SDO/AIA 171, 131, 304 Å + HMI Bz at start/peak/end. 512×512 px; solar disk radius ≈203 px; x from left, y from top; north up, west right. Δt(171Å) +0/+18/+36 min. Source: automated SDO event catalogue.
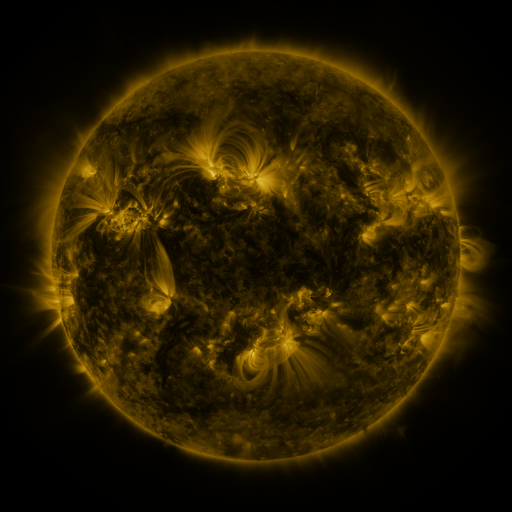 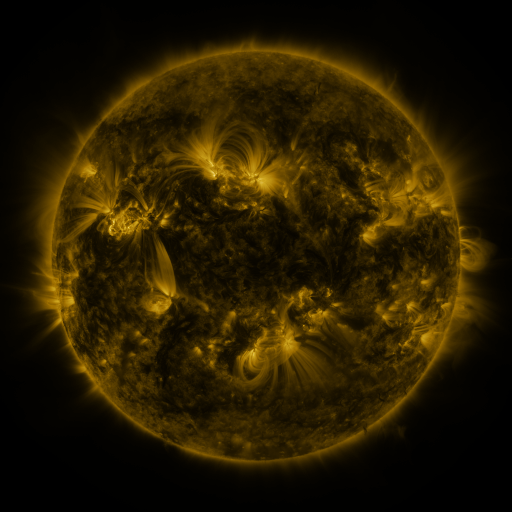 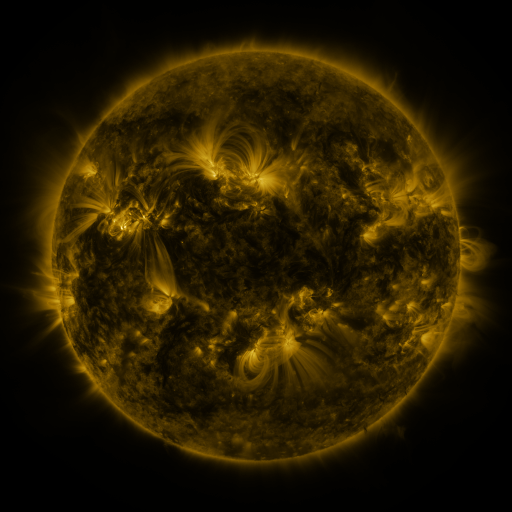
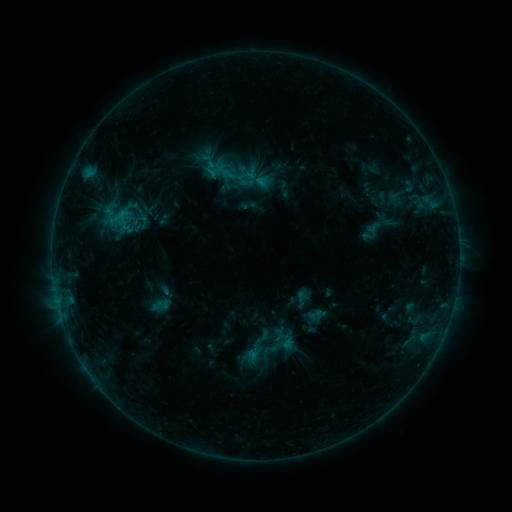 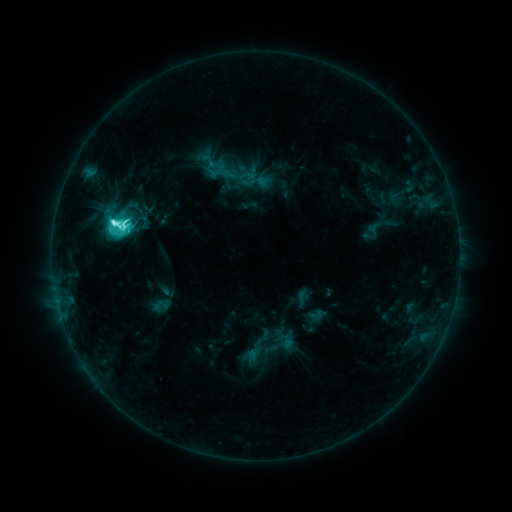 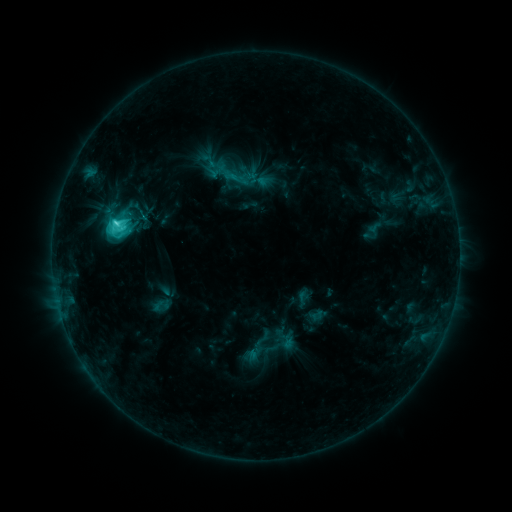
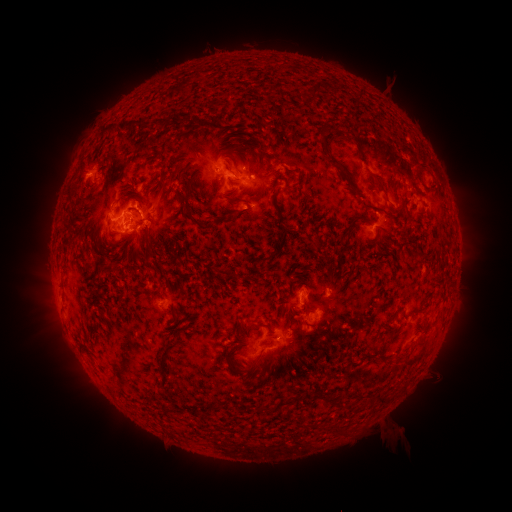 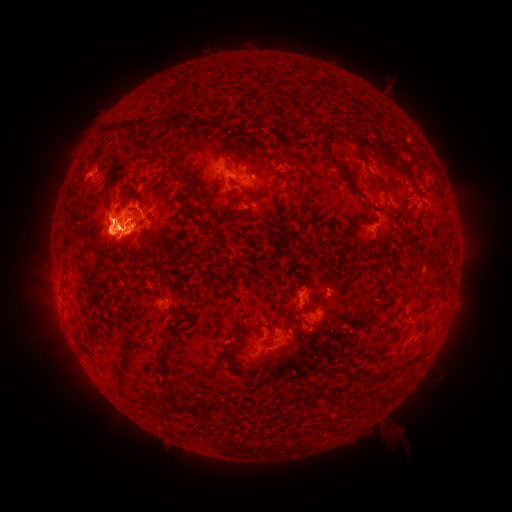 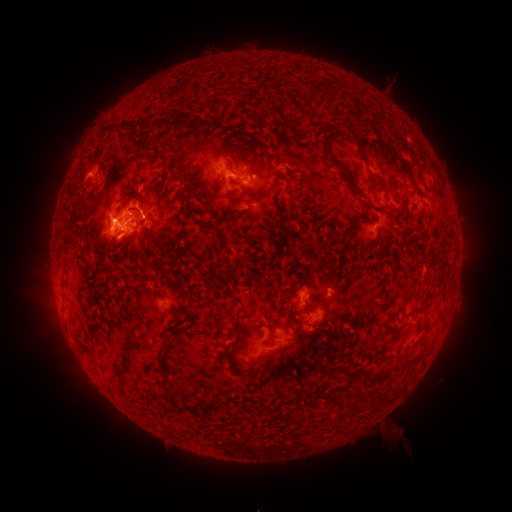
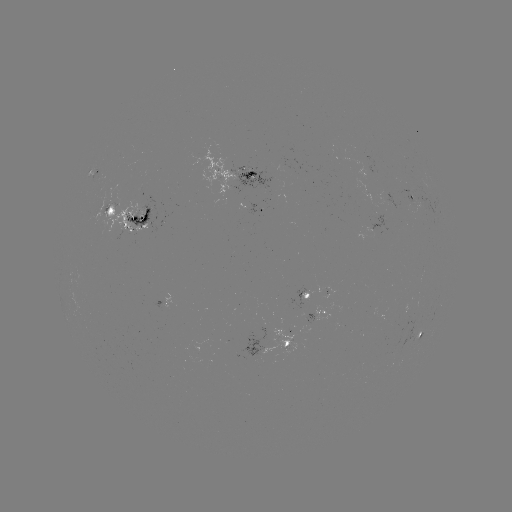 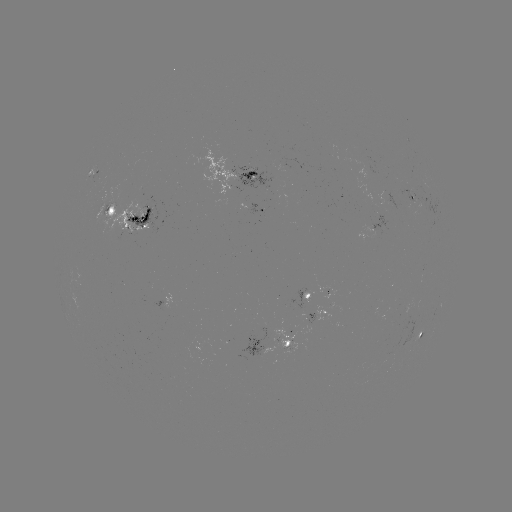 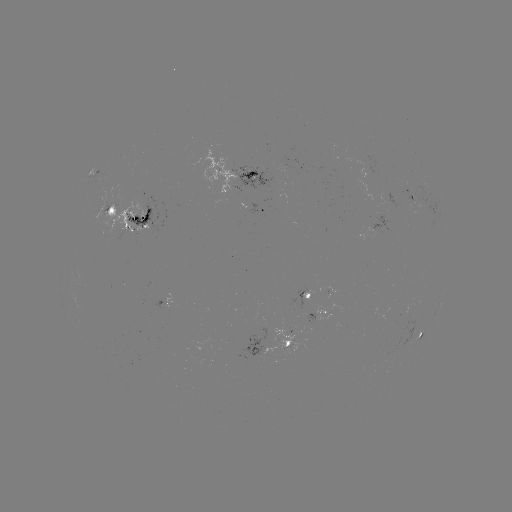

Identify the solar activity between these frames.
M1.0 flare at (115, 224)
